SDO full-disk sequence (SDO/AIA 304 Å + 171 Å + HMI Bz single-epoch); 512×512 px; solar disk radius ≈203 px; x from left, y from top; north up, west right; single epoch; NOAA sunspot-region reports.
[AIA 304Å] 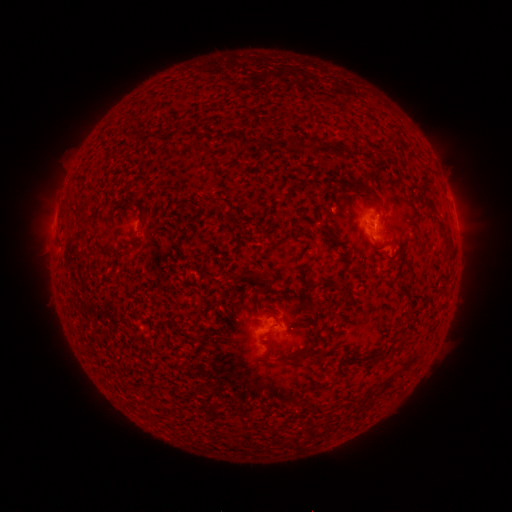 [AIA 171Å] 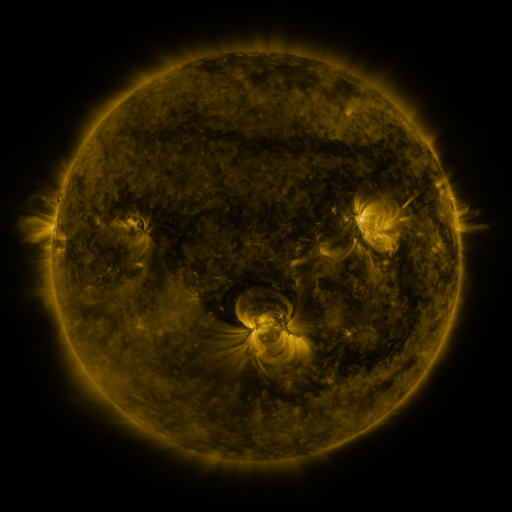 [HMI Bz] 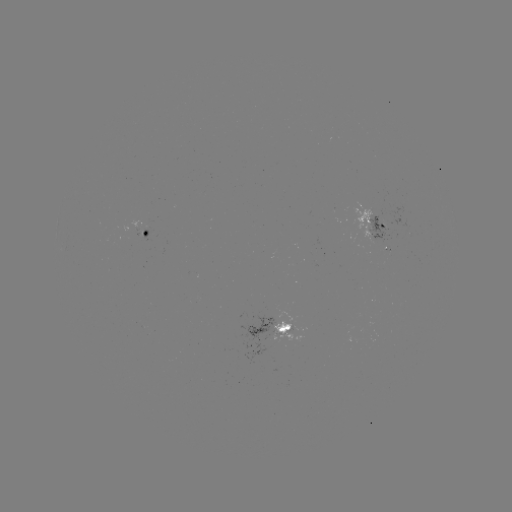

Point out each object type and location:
spotted active region: (377, 223)
spotted active region: (147, 228)
spotted active region: (290, 329)
